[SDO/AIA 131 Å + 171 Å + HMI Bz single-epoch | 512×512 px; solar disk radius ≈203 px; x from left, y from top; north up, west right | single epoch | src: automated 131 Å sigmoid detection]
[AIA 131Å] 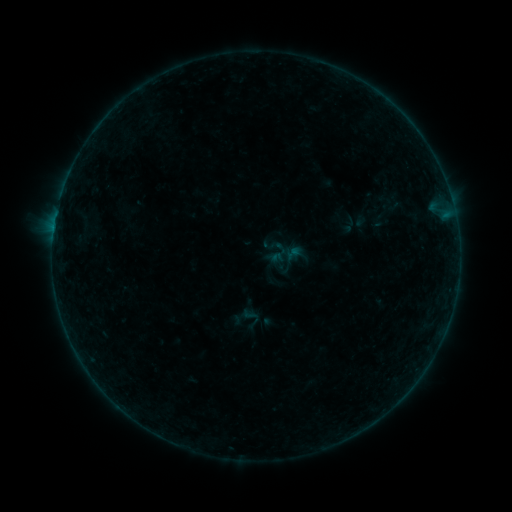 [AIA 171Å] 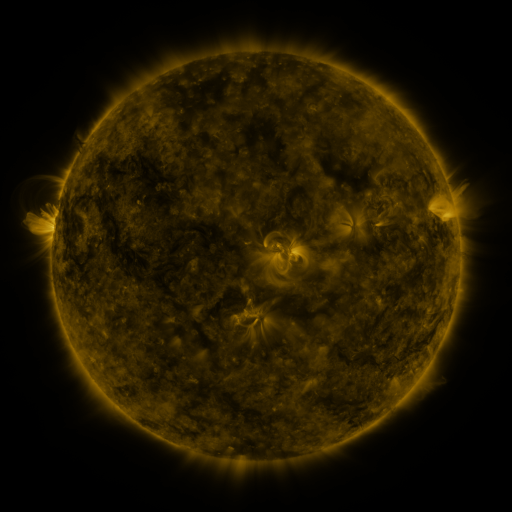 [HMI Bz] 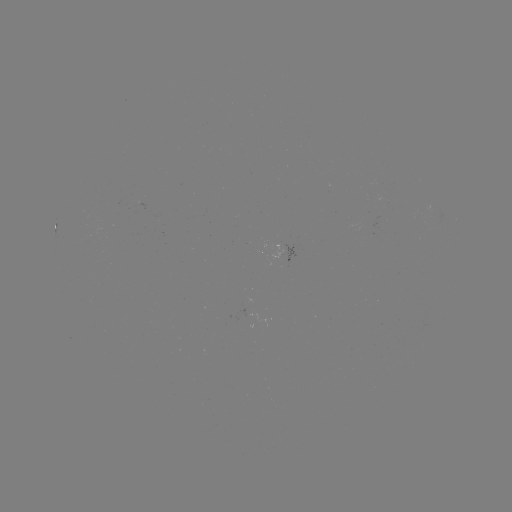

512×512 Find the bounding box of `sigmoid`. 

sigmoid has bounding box [231, 303, 262, 333].